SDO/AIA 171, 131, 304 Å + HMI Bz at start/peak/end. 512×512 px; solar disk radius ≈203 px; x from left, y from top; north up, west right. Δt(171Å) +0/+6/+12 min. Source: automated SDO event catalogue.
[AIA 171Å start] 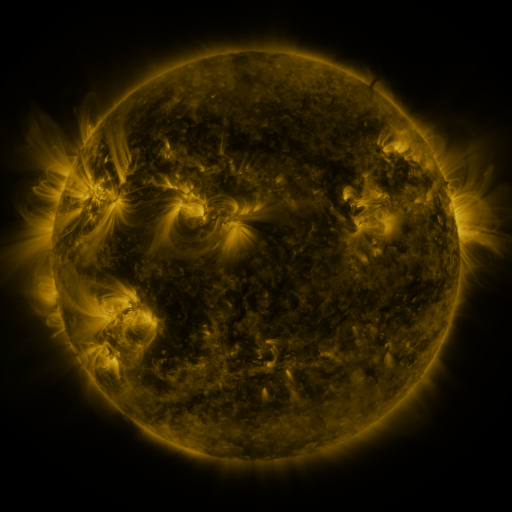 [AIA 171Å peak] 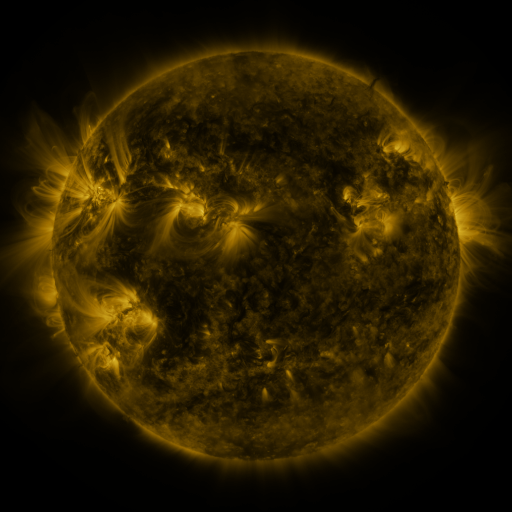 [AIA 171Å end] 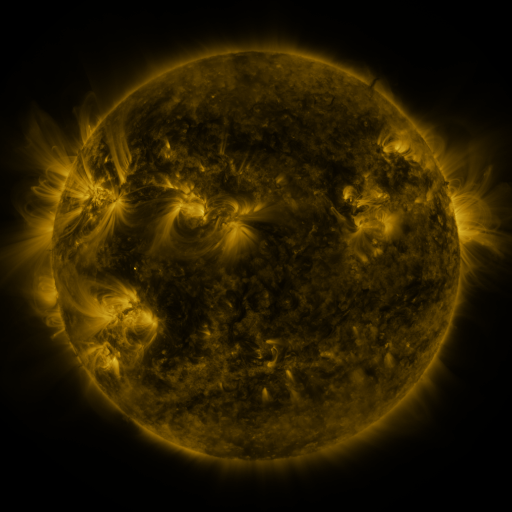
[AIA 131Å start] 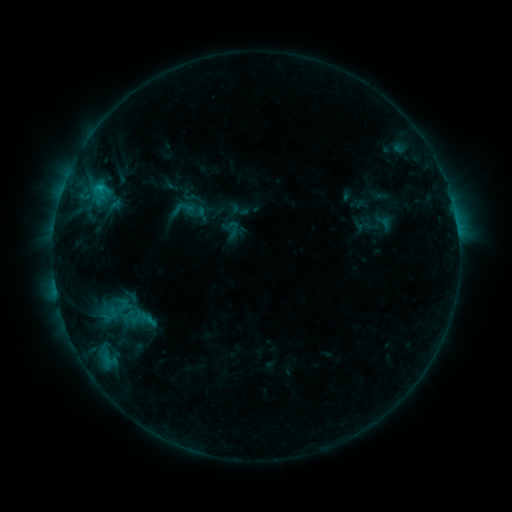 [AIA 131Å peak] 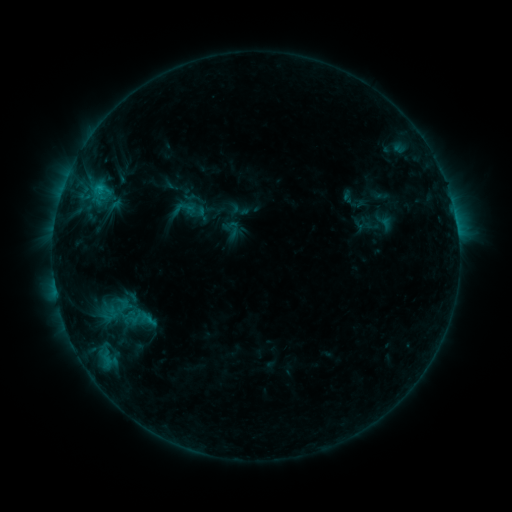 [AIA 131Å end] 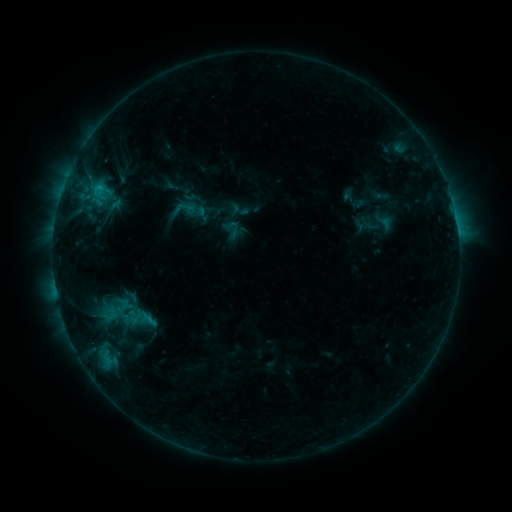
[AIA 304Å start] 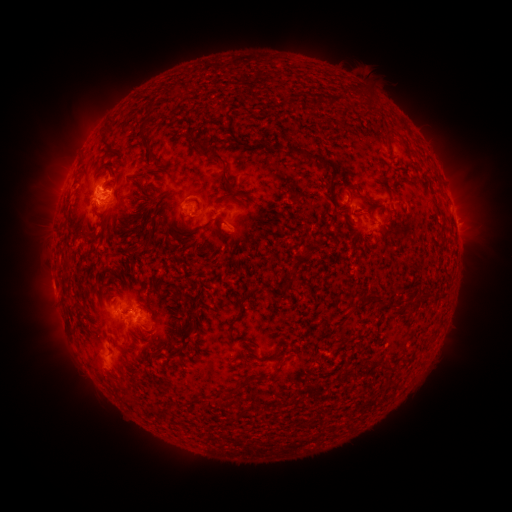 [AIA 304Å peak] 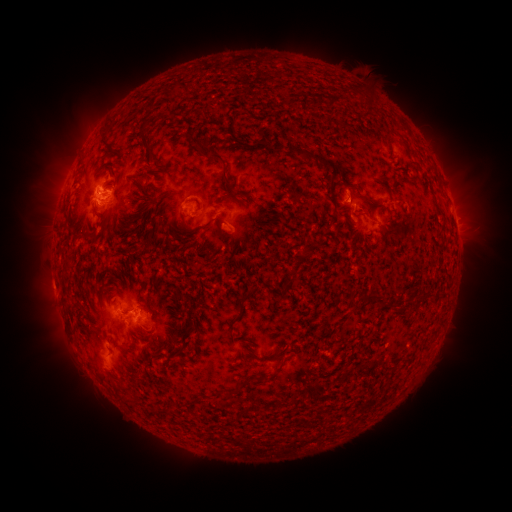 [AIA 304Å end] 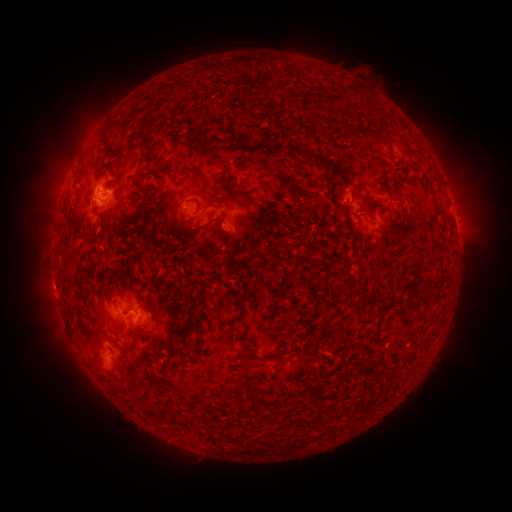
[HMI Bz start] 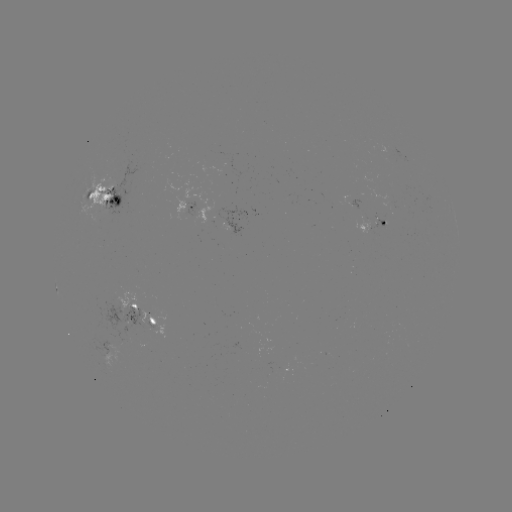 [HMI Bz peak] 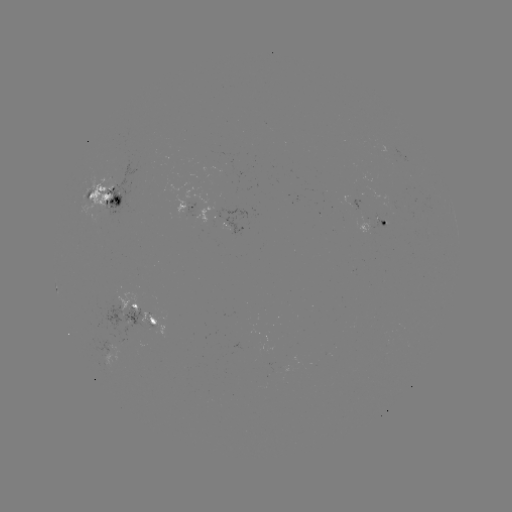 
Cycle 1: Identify eruption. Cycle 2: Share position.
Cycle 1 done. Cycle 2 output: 348,194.